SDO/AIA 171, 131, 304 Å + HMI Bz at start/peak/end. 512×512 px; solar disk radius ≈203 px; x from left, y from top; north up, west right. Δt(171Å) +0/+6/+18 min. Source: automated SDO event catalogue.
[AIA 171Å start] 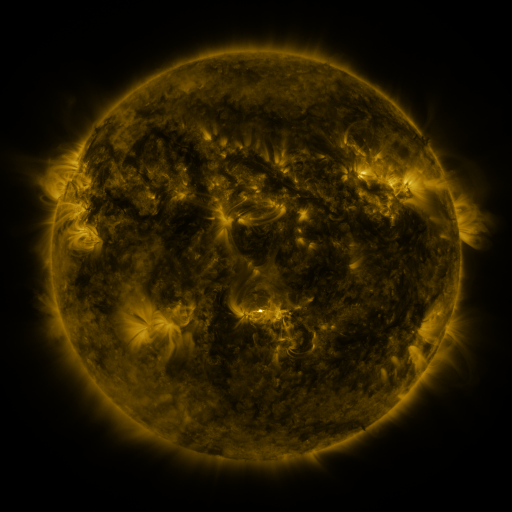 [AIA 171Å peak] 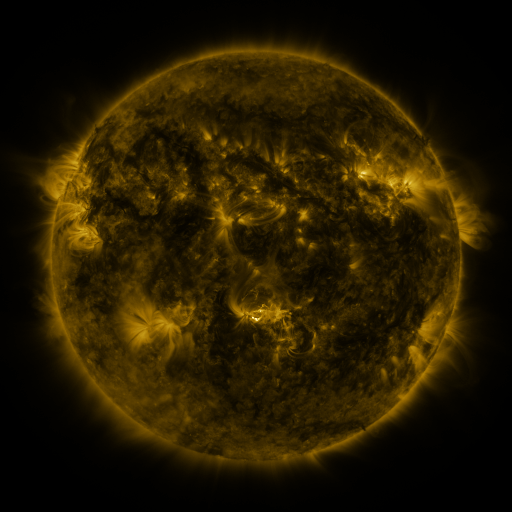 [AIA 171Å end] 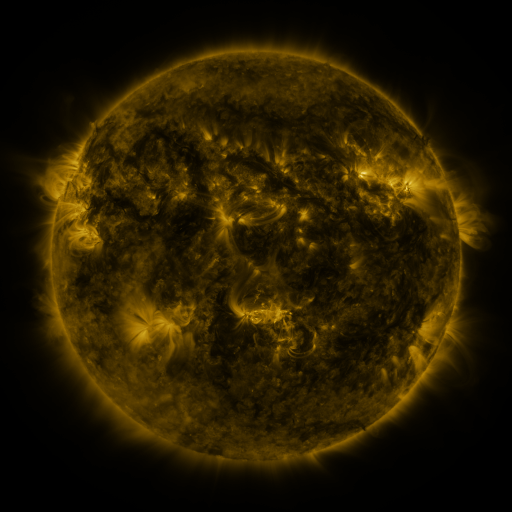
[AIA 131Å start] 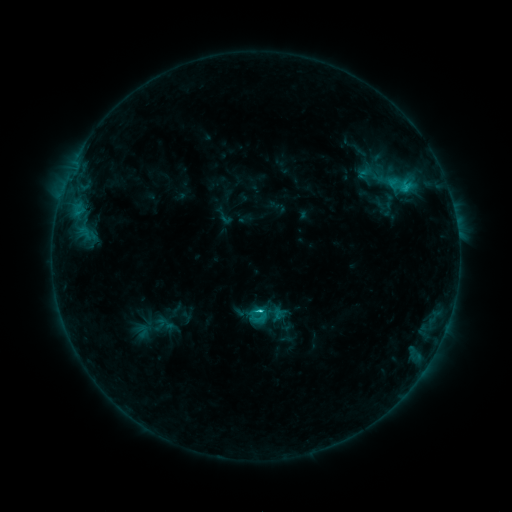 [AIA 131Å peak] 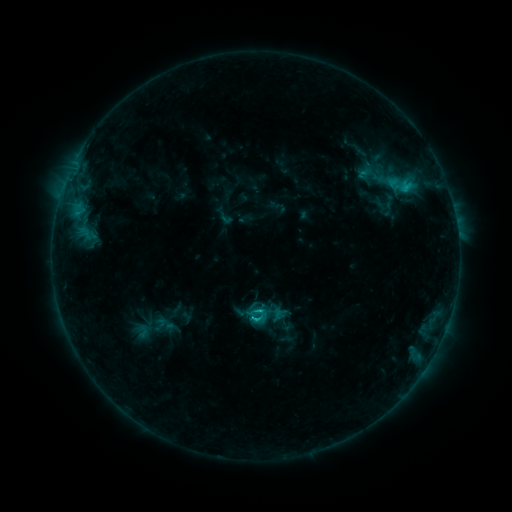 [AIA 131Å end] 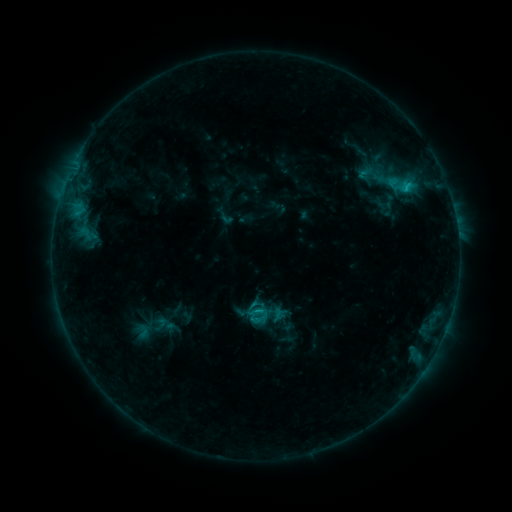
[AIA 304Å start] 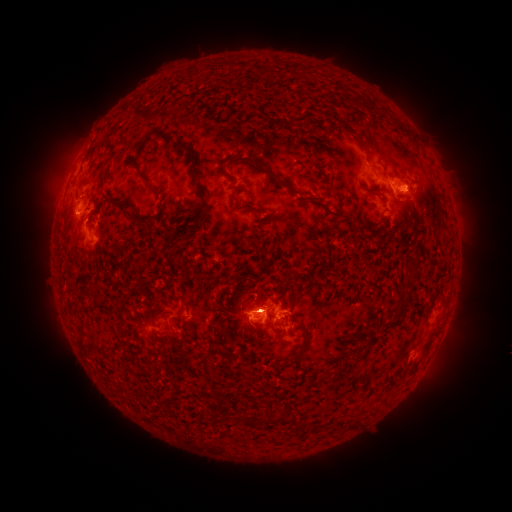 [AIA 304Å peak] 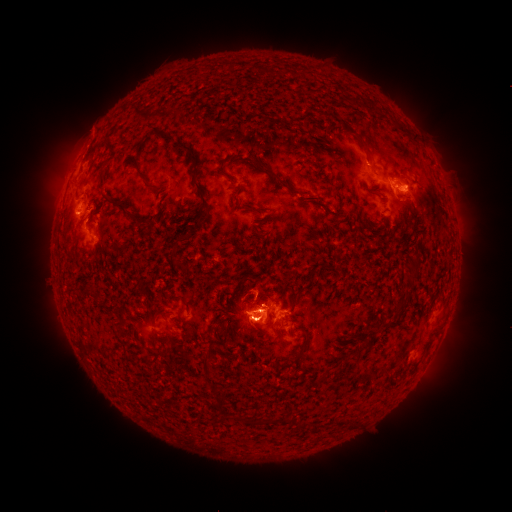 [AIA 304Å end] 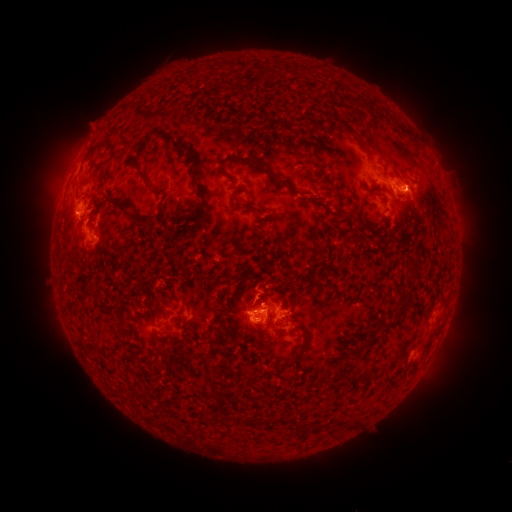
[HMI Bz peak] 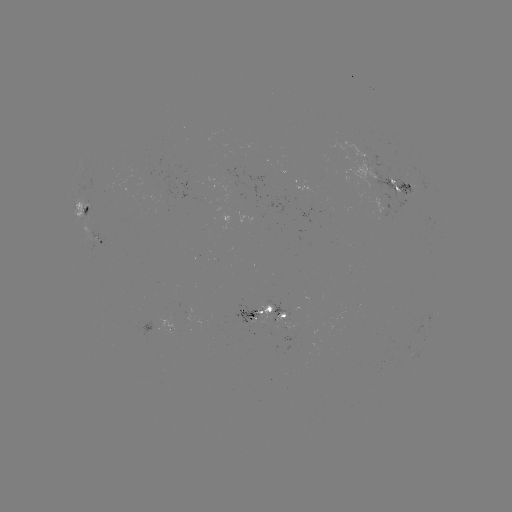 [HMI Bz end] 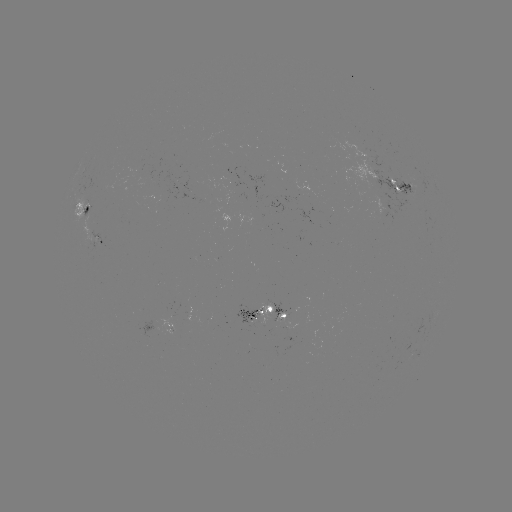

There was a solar eruption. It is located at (89, 135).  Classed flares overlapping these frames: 1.